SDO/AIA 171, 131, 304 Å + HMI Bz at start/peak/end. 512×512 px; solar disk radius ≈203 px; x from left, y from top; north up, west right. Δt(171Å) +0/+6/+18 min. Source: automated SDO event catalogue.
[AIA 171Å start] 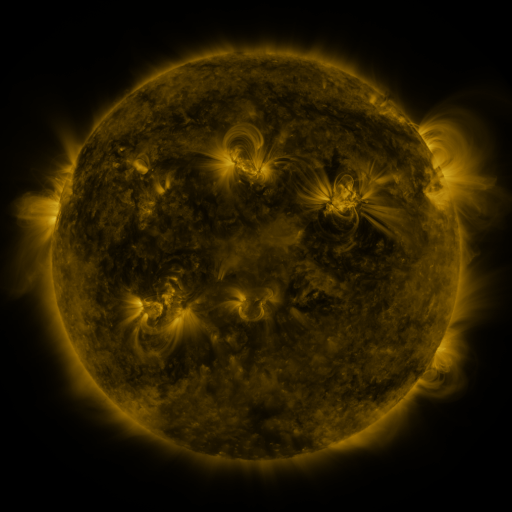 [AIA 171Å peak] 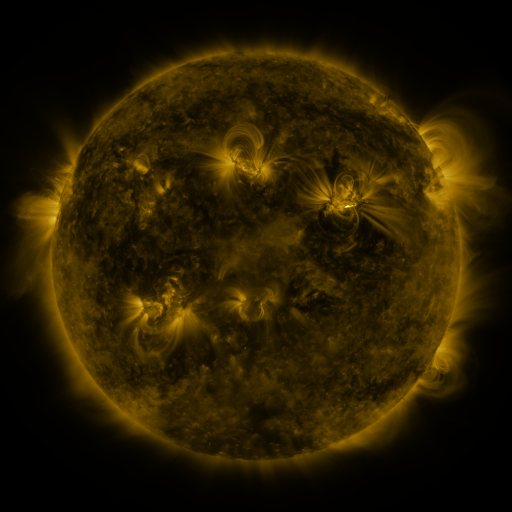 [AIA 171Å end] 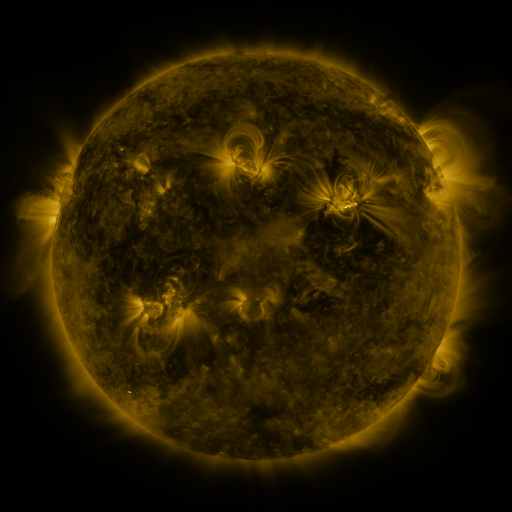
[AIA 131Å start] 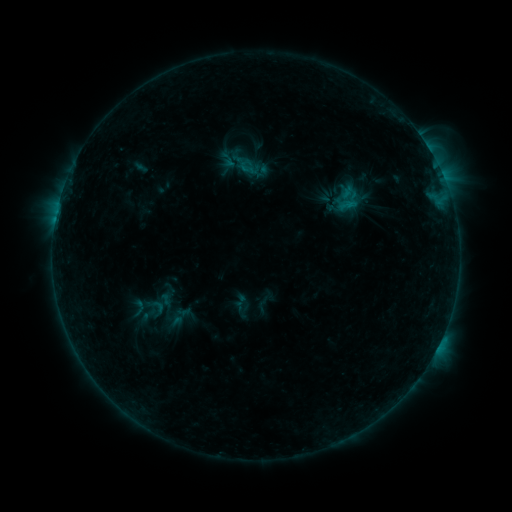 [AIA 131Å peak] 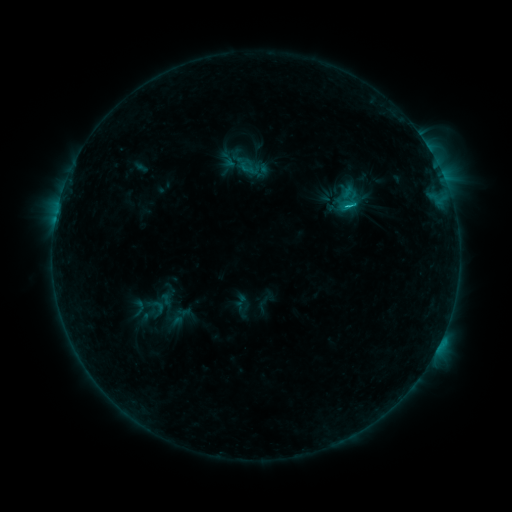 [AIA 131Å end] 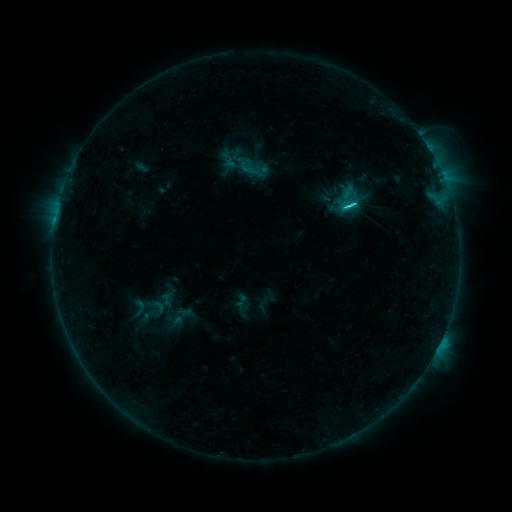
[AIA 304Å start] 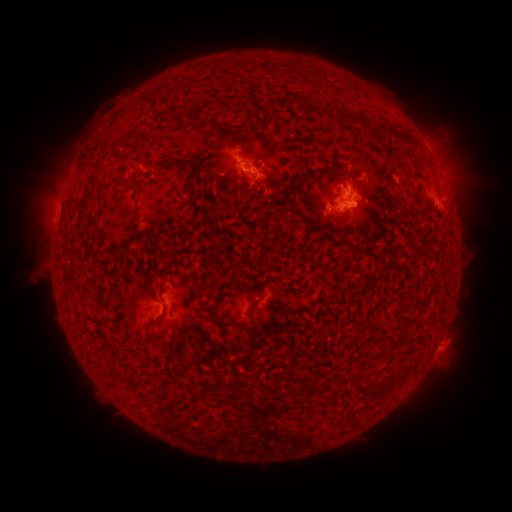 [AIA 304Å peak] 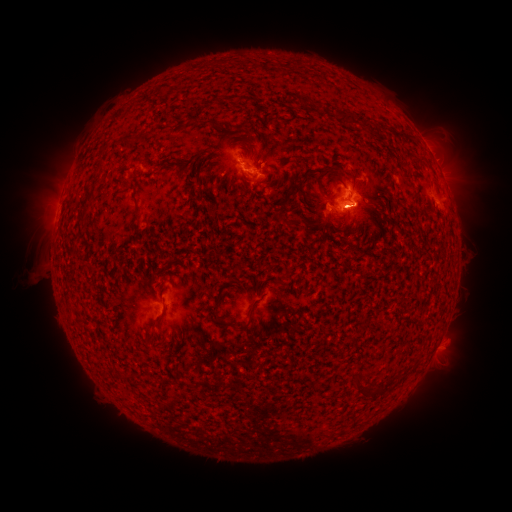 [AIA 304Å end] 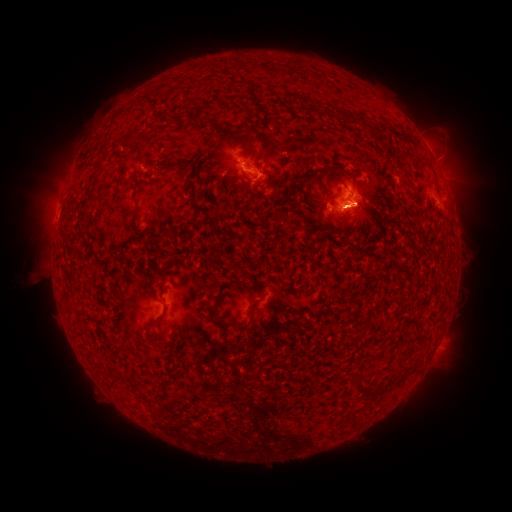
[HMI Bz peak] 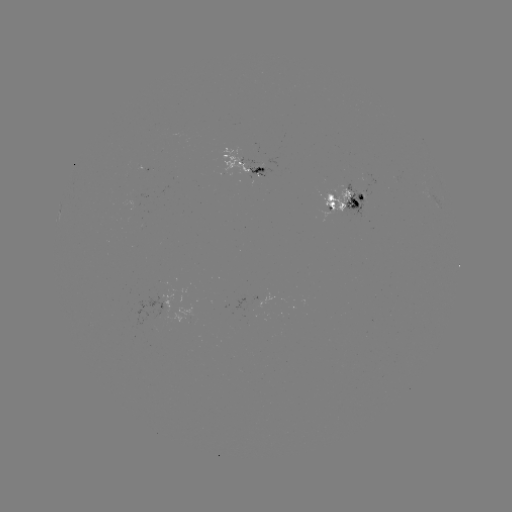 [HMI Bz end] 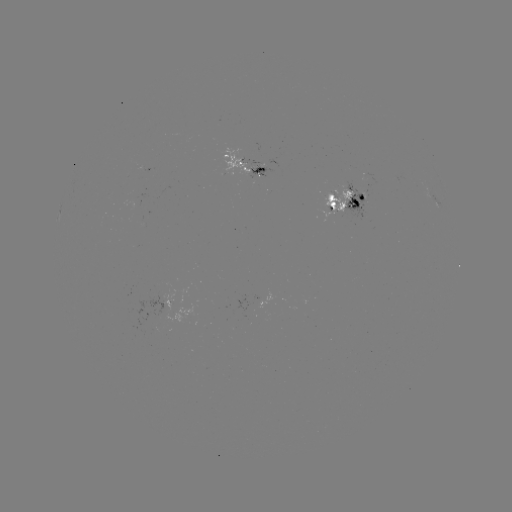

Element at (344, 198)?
C5.5 flare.